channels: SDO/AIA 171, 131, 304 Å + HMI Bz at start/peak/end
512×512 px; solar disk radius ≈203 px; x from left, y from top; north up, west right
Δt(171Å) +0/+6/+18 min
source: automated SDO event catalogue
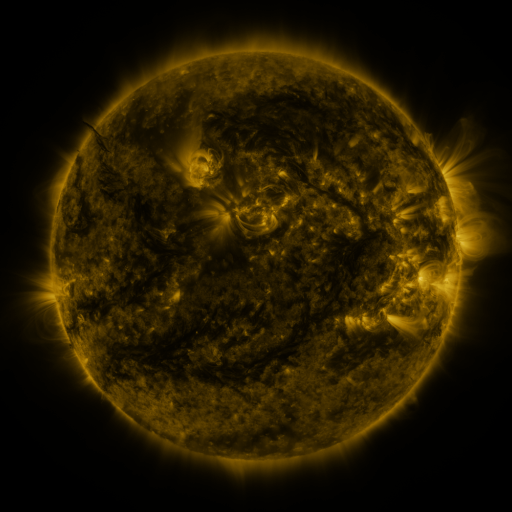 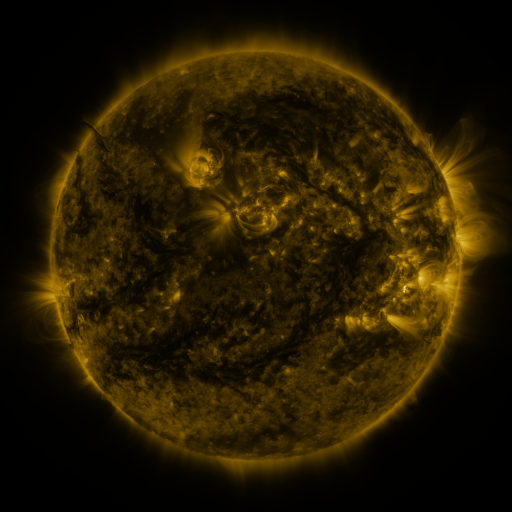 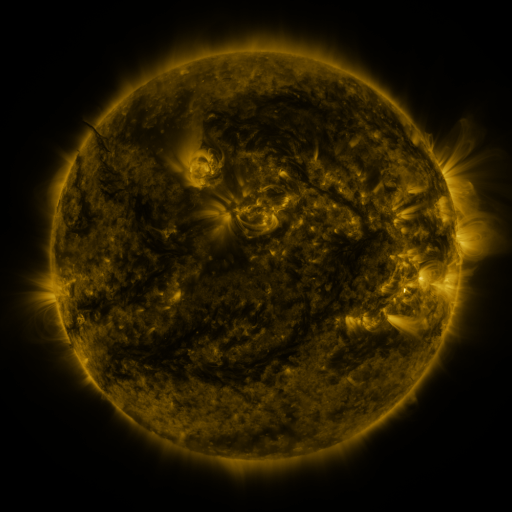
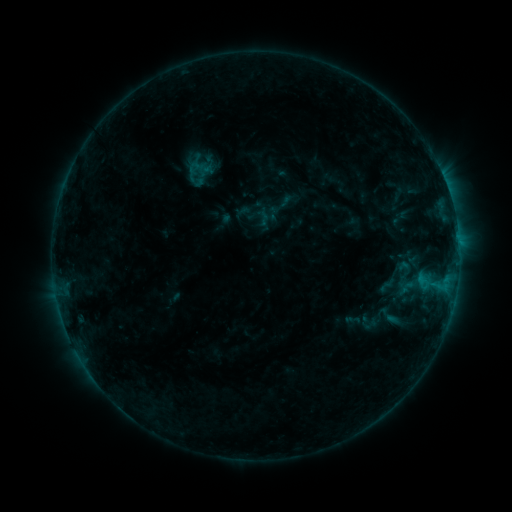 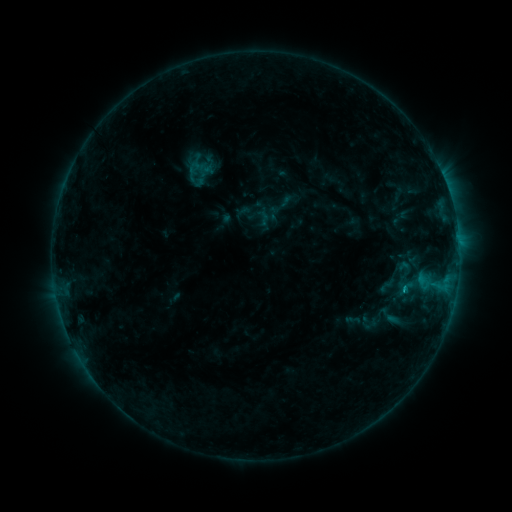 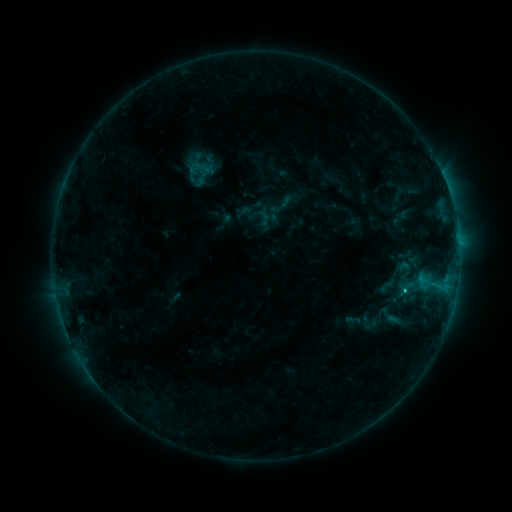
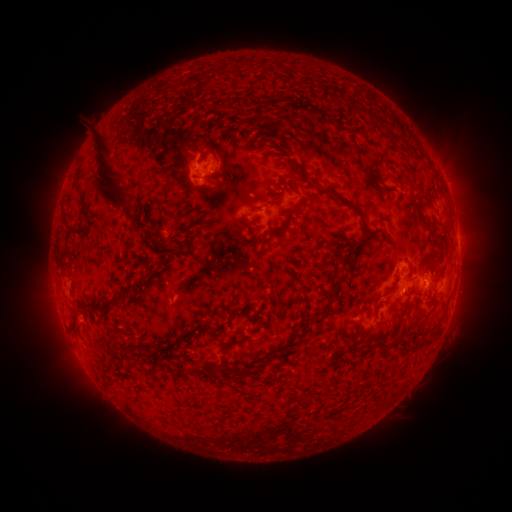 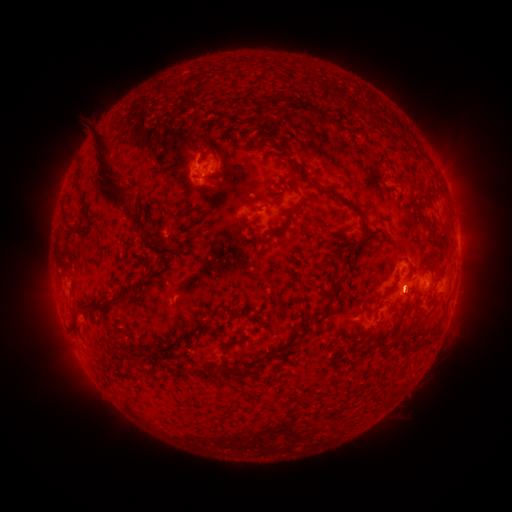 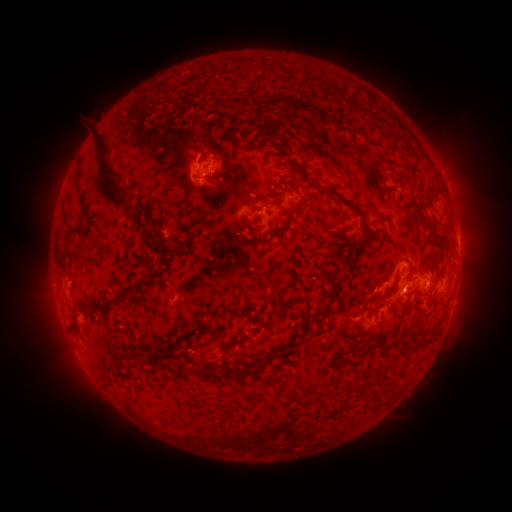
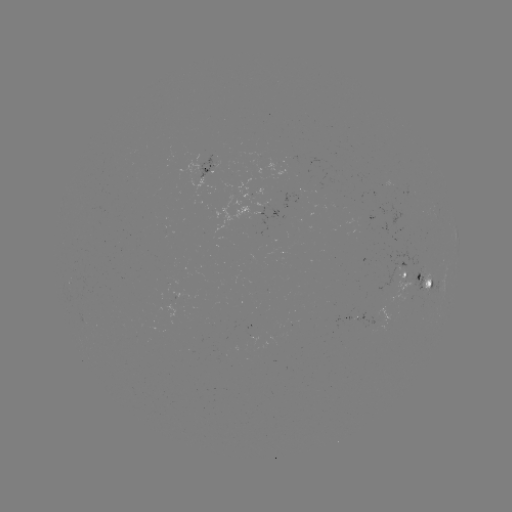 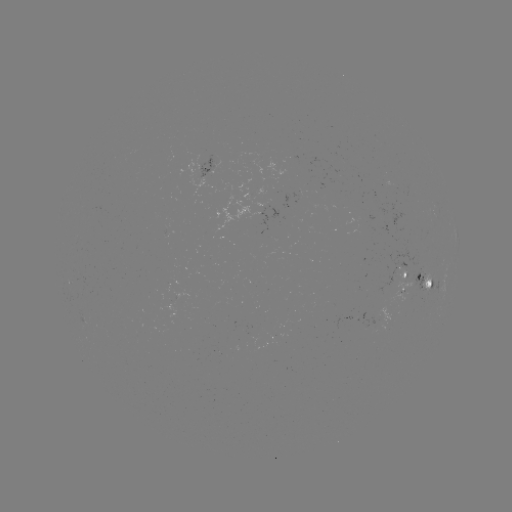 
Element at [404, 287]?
C1.4 flare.